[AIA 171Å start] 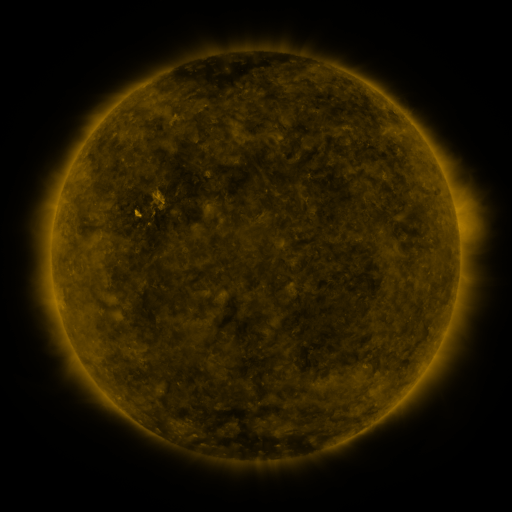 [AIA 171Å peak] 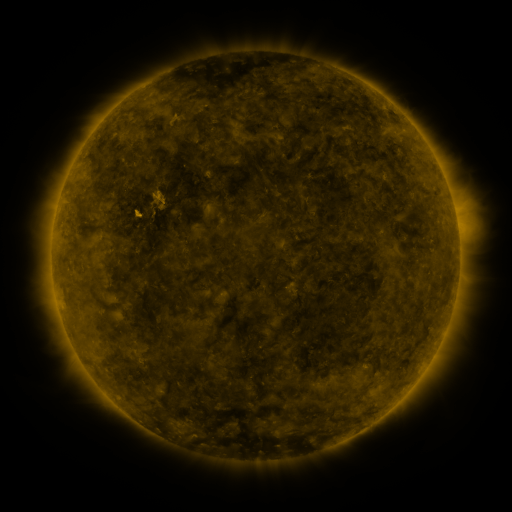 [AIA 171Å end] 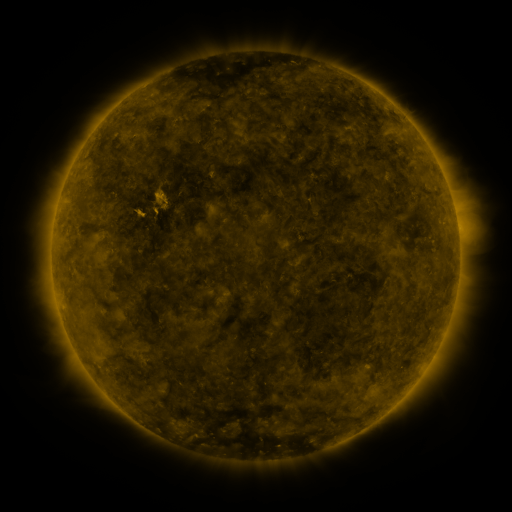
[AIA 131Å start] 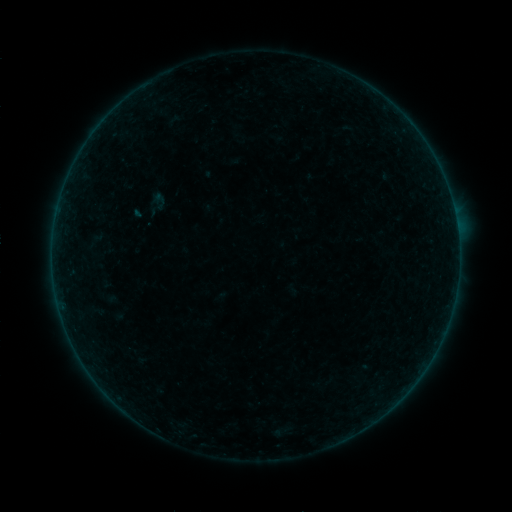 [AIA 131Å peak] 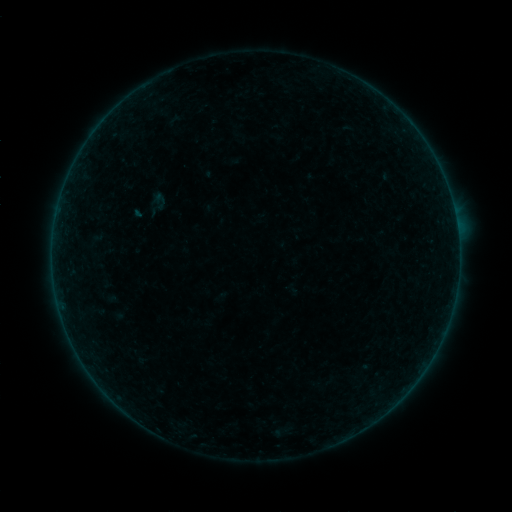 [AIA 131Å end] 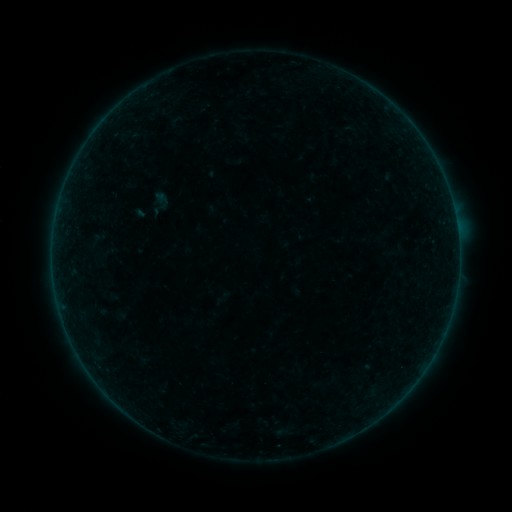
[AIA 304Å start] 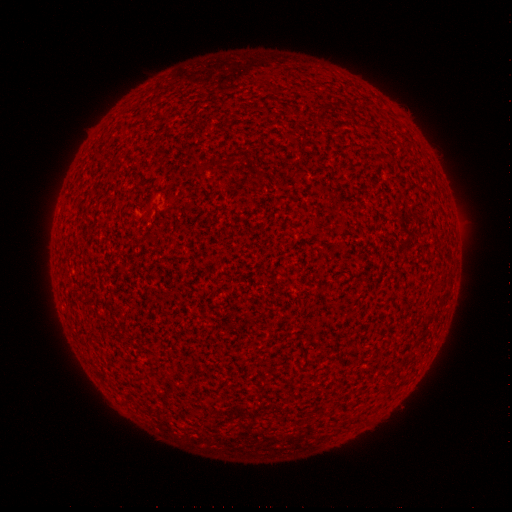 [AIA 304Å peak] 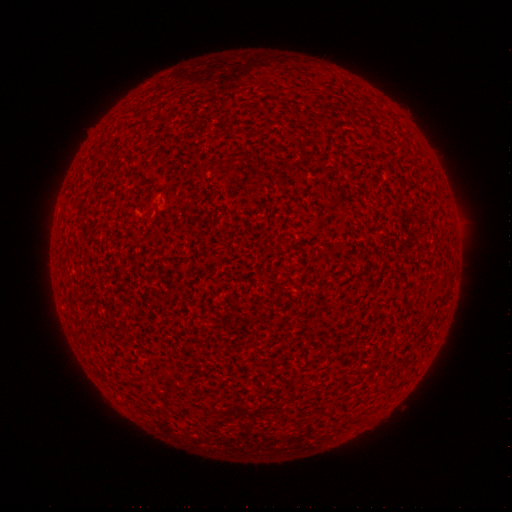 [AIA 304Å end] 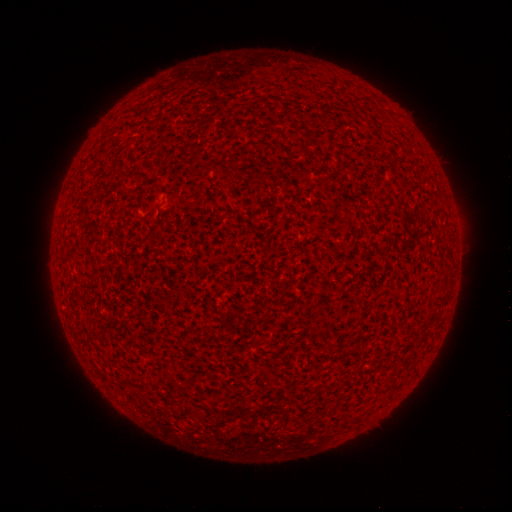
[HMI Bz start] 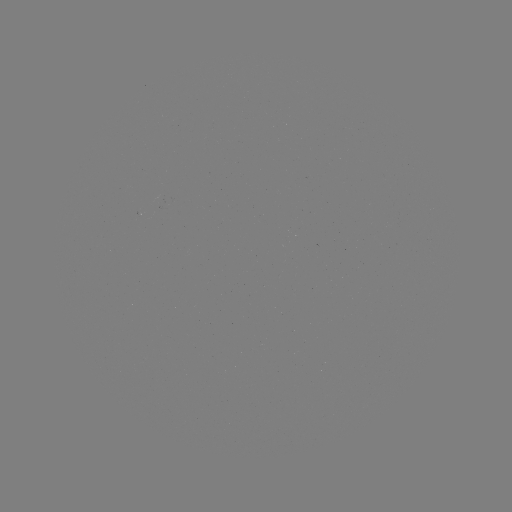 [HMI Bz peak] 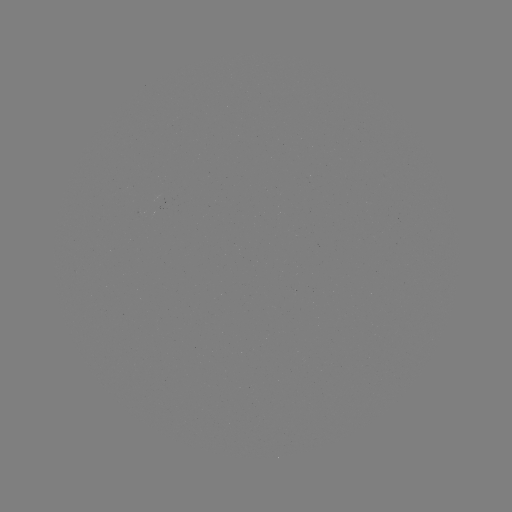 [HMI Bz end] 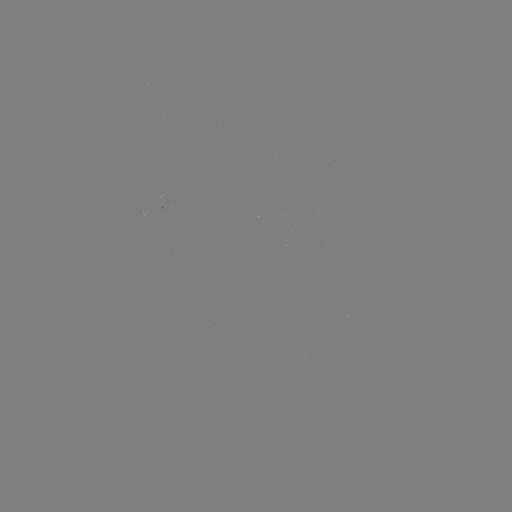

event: flare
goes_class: A2.0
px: (140, 216)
